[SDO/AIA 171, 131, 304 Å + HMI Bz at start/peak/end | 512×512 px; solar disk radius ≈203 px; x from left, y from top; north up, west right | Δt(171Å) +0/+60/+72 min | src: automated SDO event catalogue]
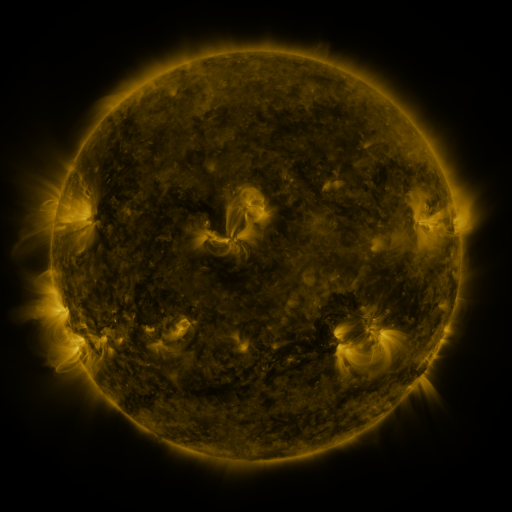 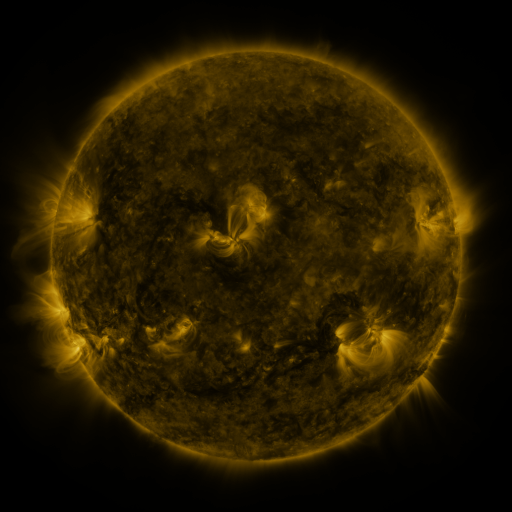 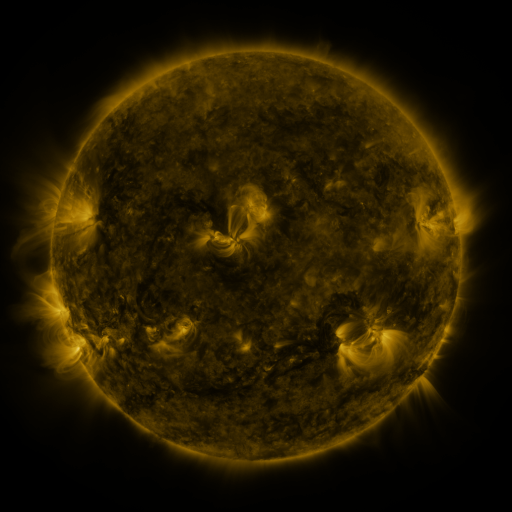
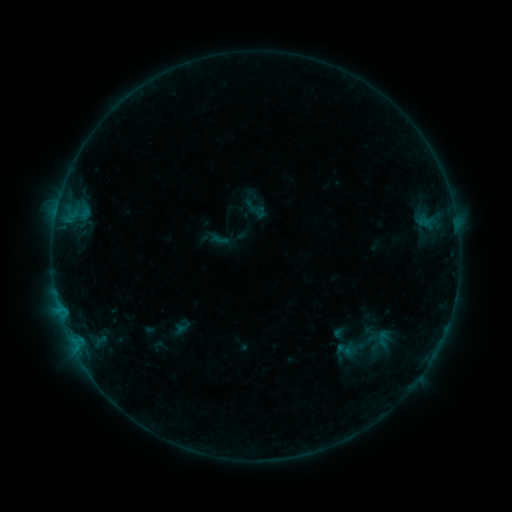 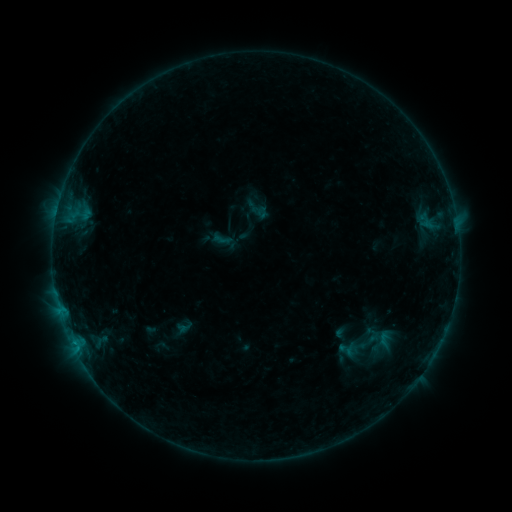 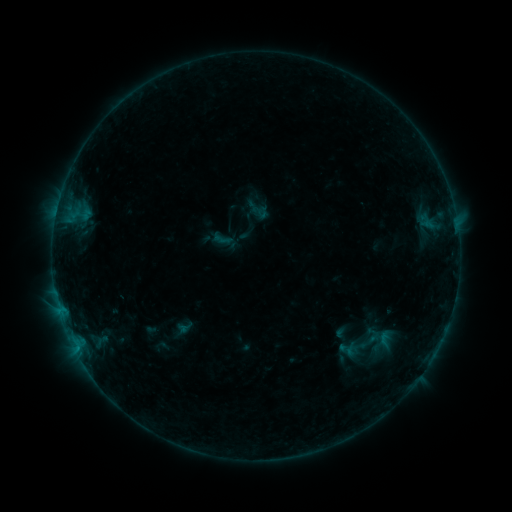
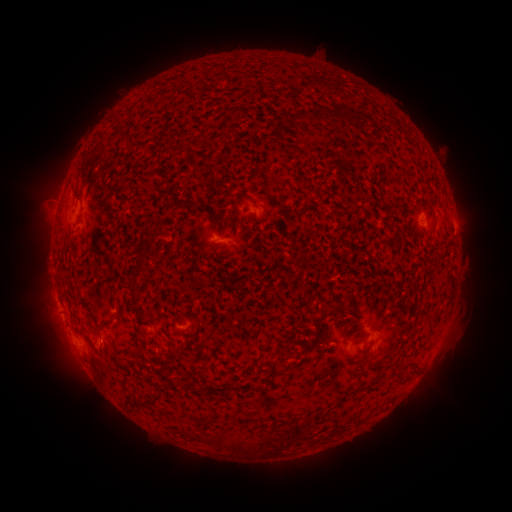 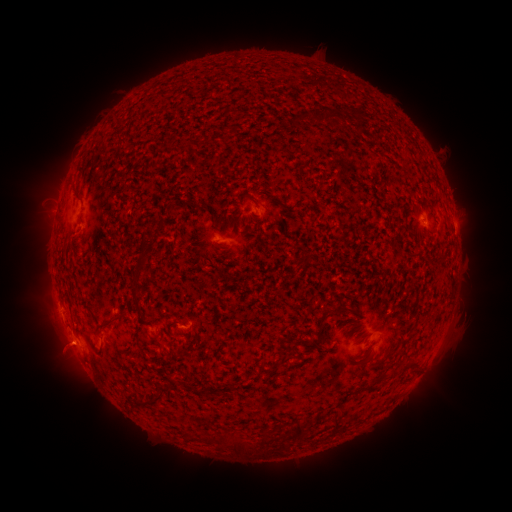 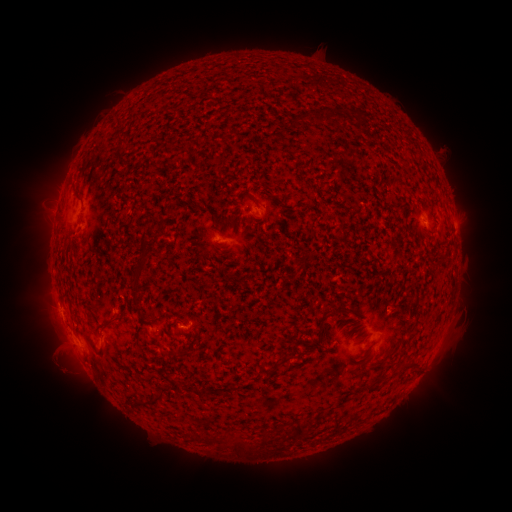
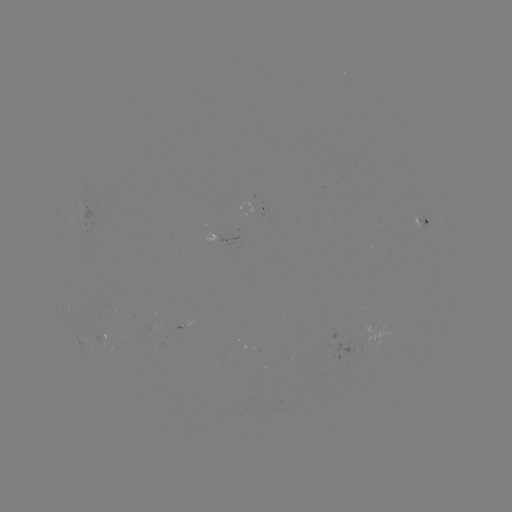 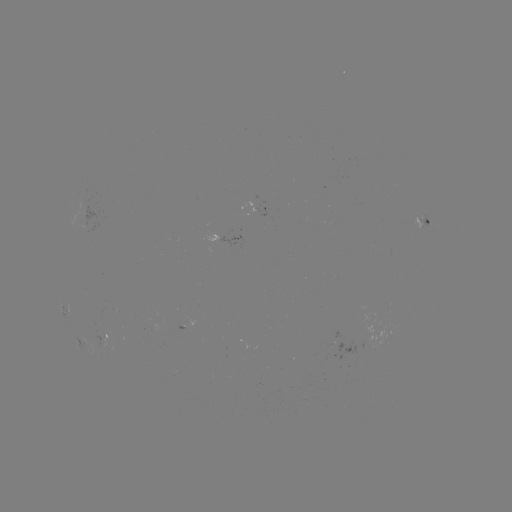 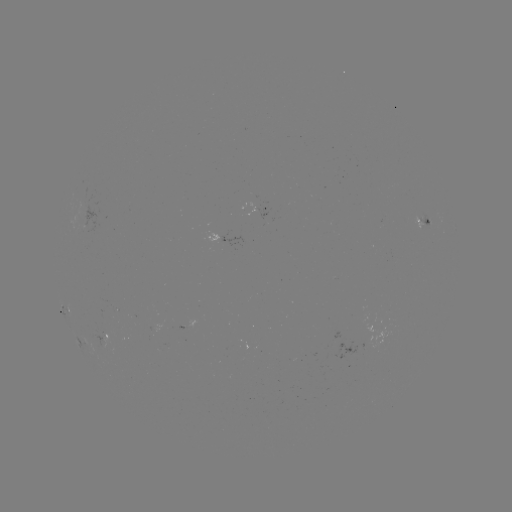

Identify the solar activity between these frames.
emerging-flux region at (104, 336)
